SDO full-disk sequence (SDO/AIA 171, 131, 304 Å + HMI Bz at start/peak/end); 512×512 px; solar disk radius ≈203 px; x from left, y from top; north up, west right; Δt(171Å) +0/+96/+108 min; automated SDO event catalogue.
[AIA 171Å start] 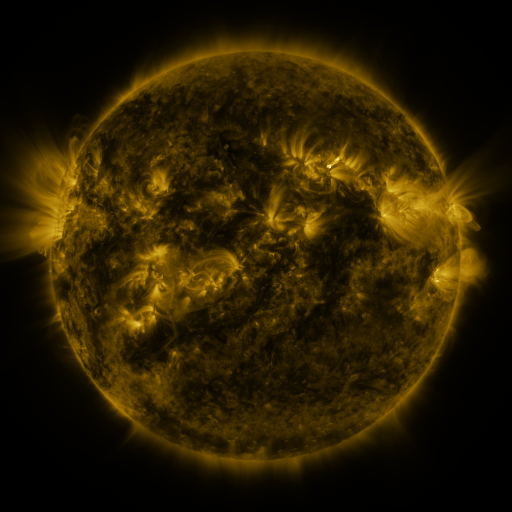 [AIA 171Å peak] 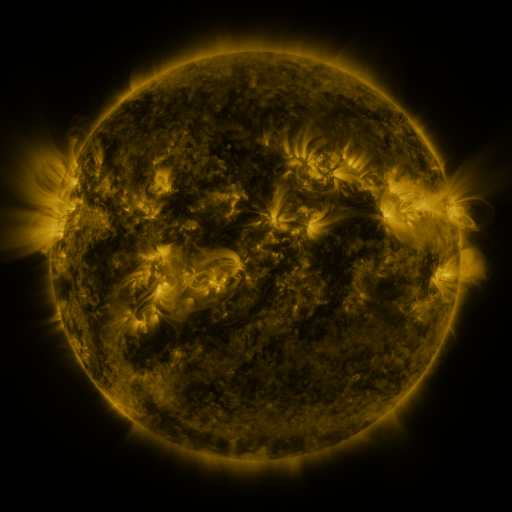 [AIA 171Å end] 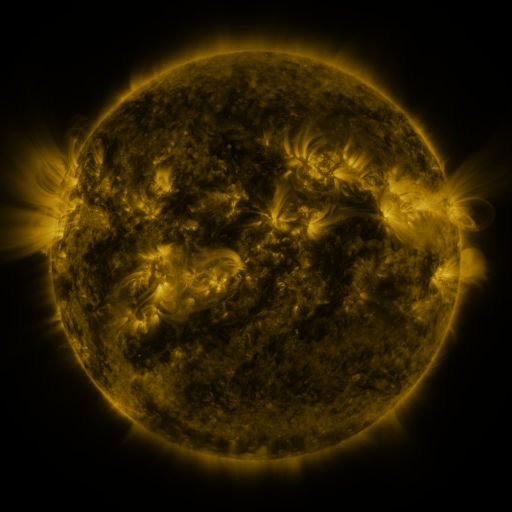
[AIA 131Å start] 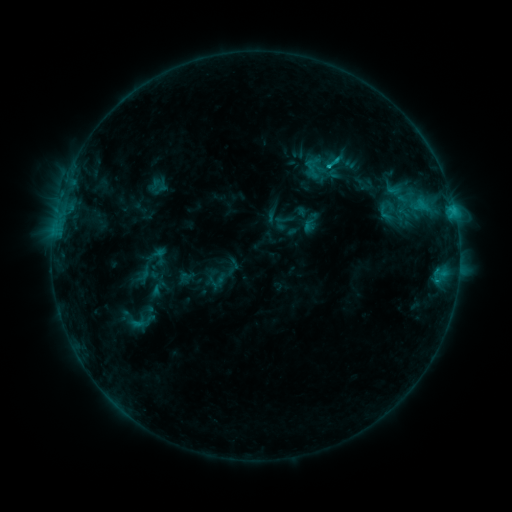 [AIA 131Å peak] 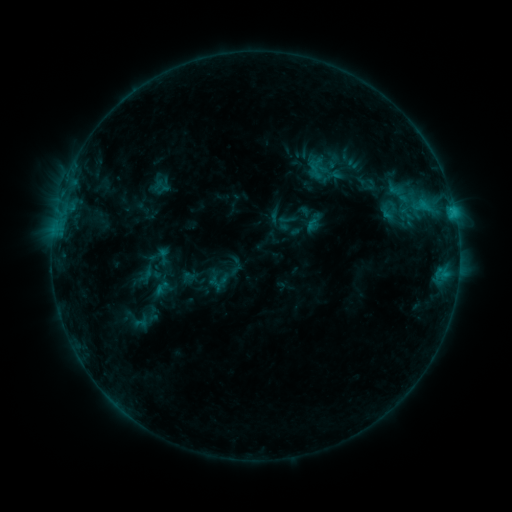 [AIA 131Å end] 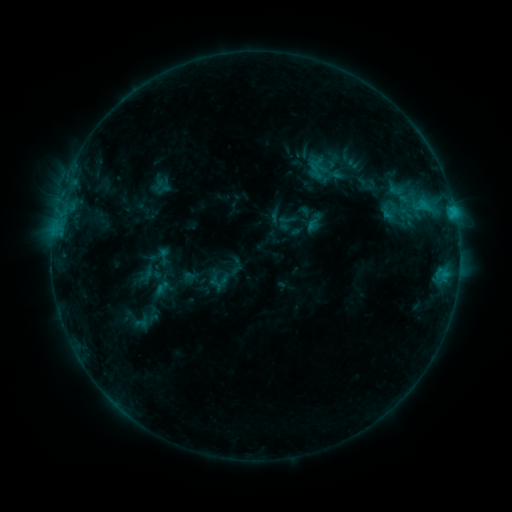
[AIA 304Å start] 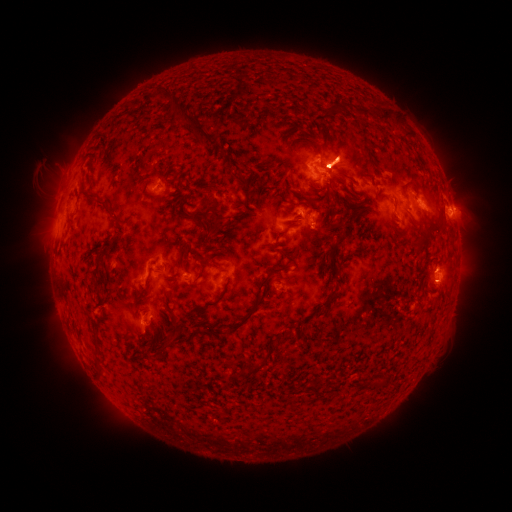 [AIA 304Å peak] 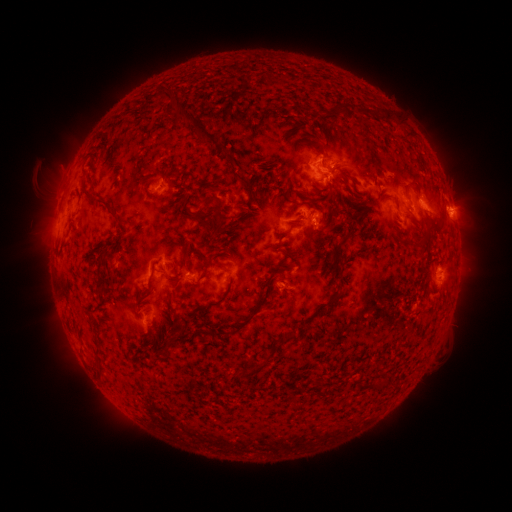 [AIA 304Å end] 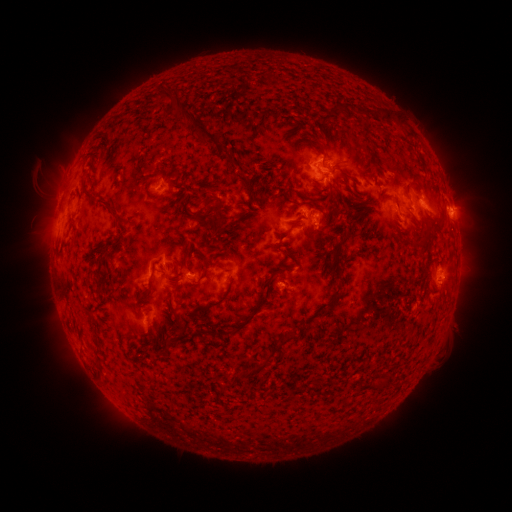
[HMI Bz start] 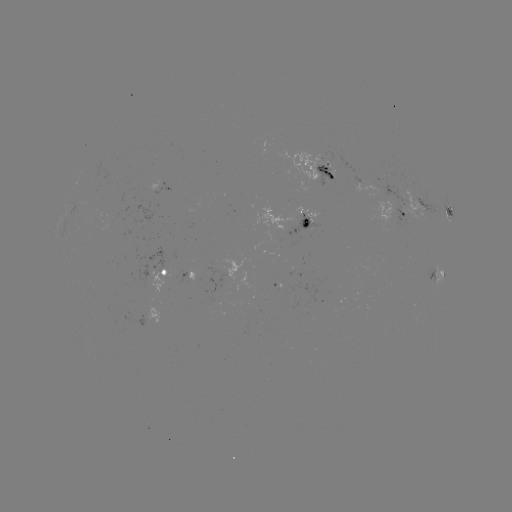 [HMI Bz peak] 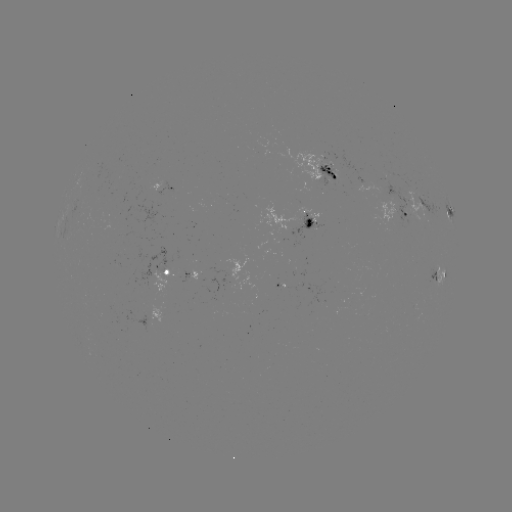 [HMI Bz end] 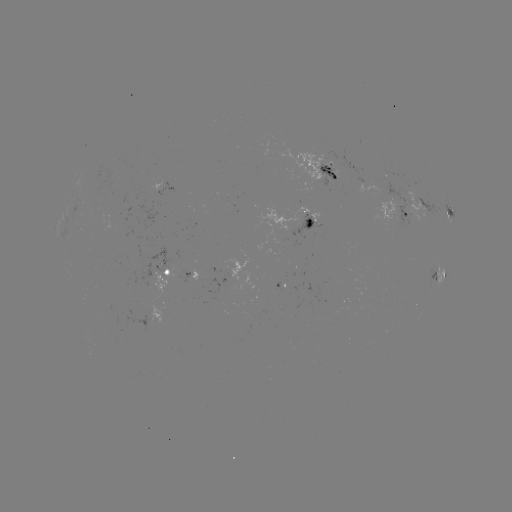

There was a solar emerging-flux region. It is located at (192, 279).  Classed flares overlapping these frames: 1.